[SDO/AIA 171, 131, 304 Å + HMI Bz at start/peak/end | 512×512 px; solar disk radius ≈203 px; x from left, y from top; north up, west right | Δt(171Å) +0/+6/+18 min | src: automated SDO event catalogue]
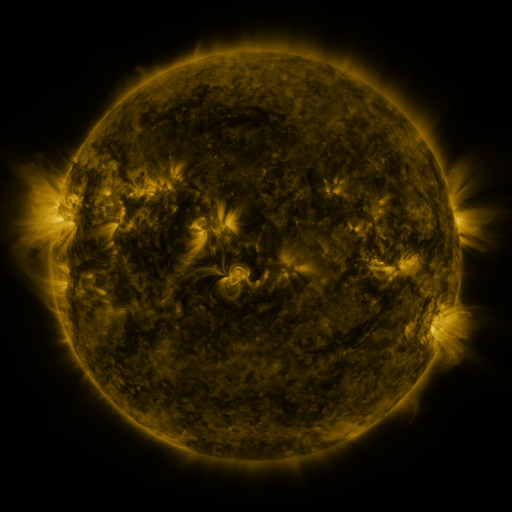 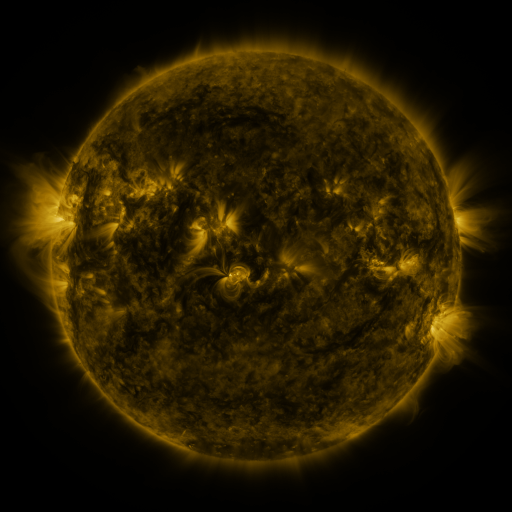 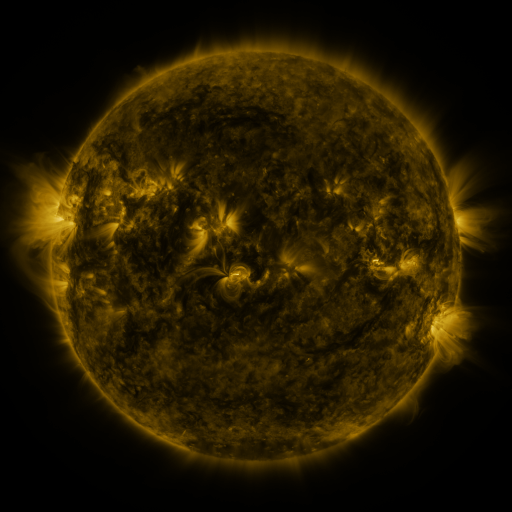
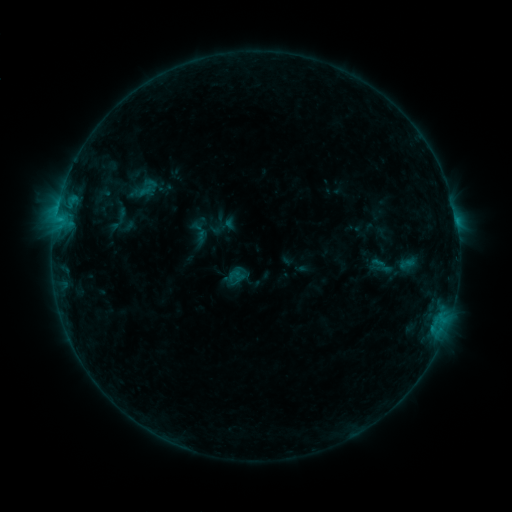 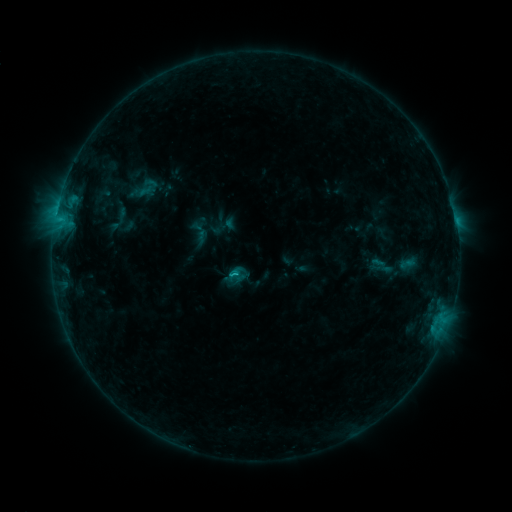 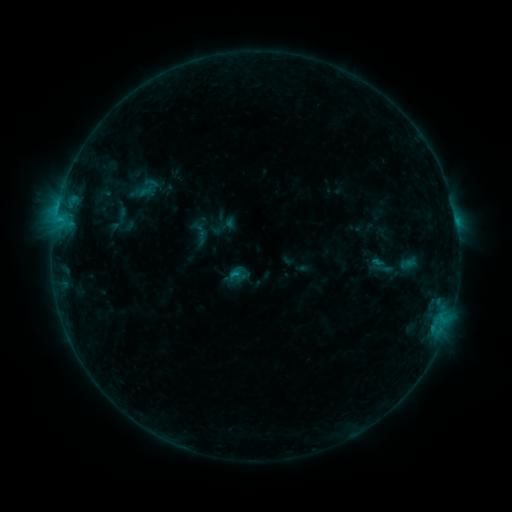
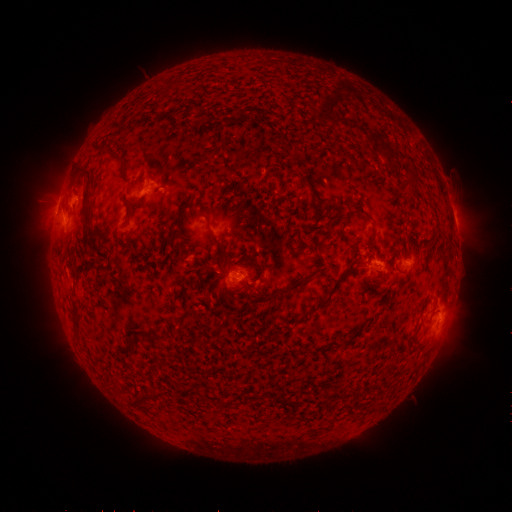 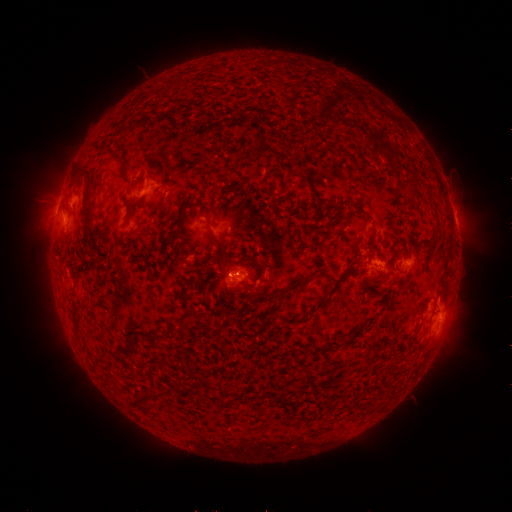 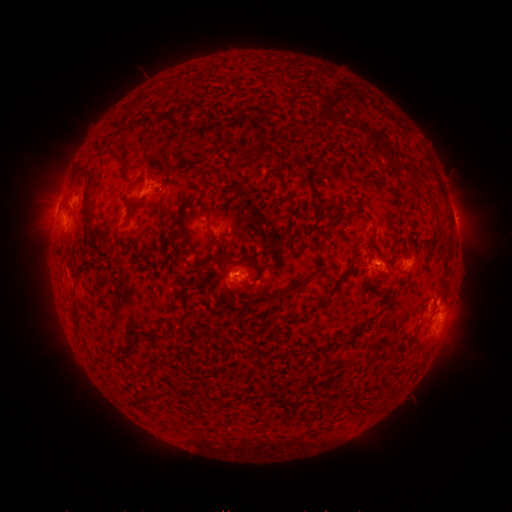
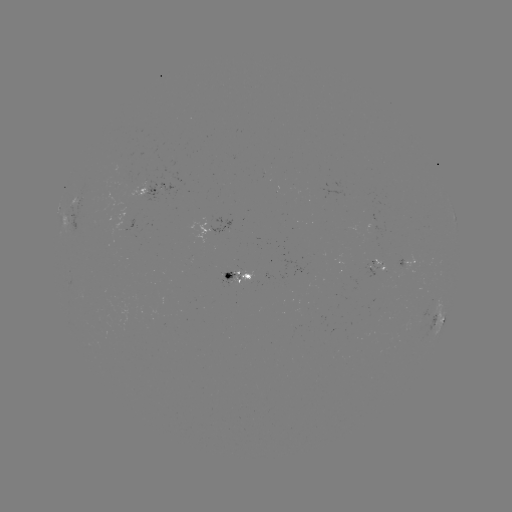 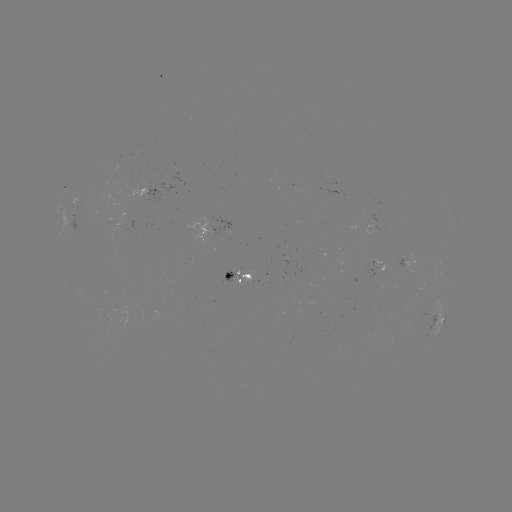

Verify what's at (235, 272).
B9.3 flare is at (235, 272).